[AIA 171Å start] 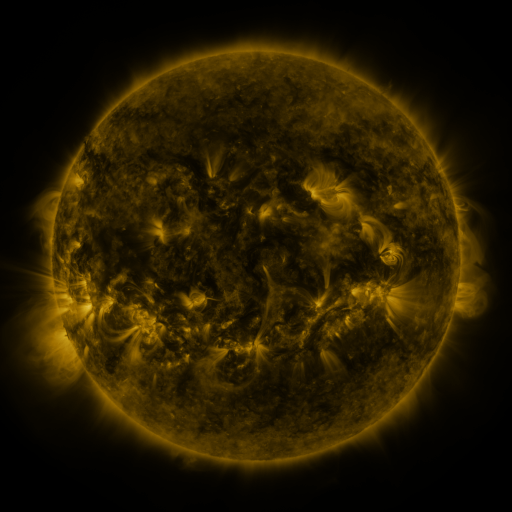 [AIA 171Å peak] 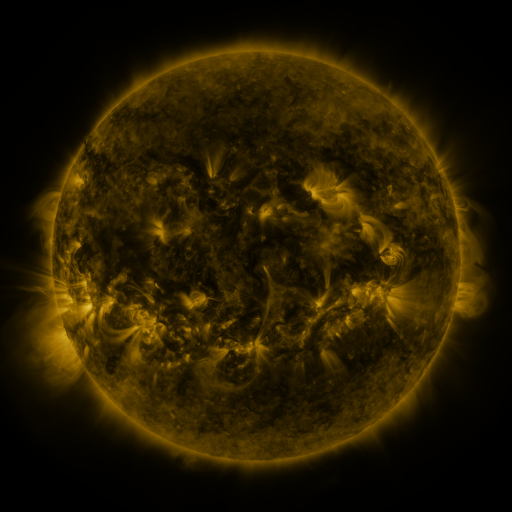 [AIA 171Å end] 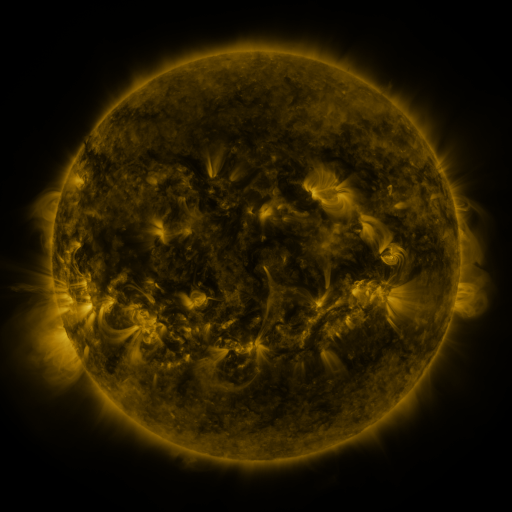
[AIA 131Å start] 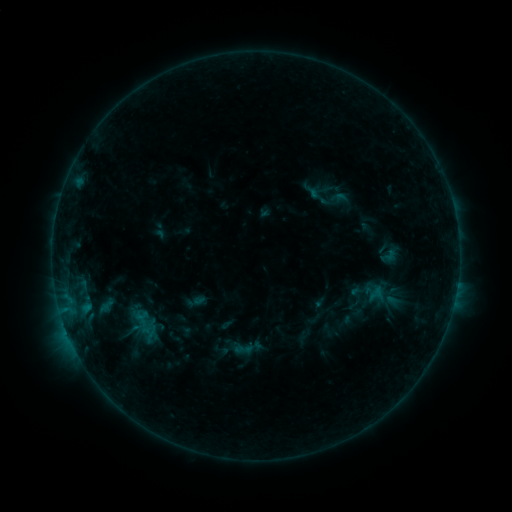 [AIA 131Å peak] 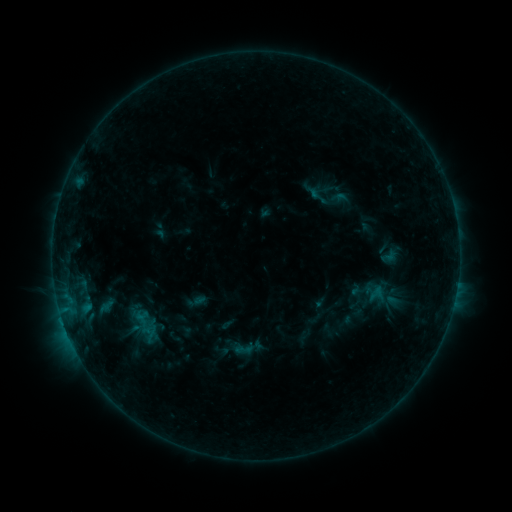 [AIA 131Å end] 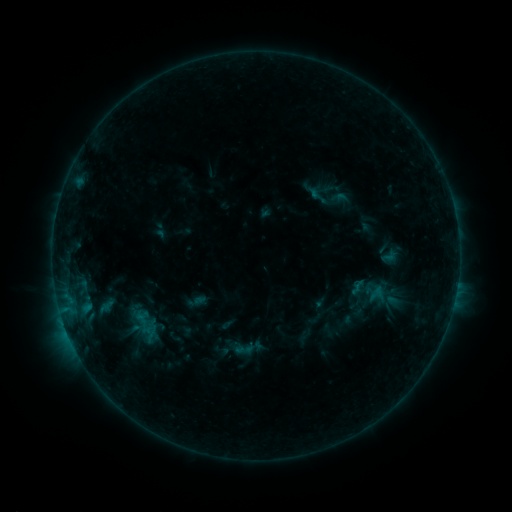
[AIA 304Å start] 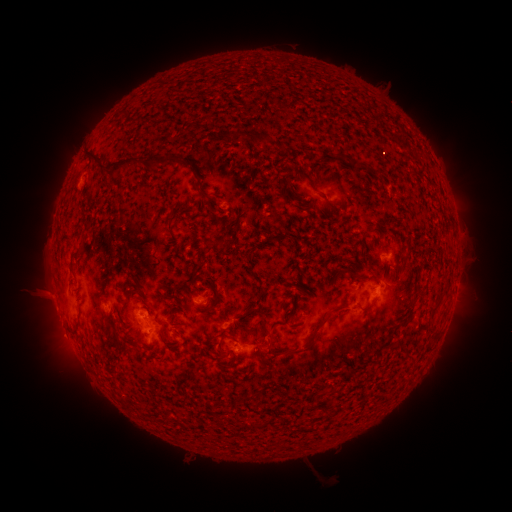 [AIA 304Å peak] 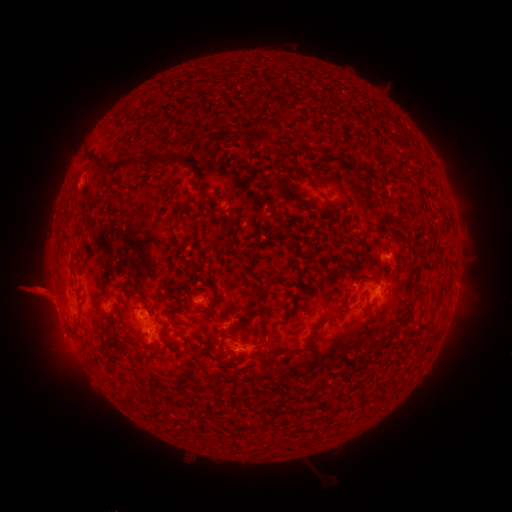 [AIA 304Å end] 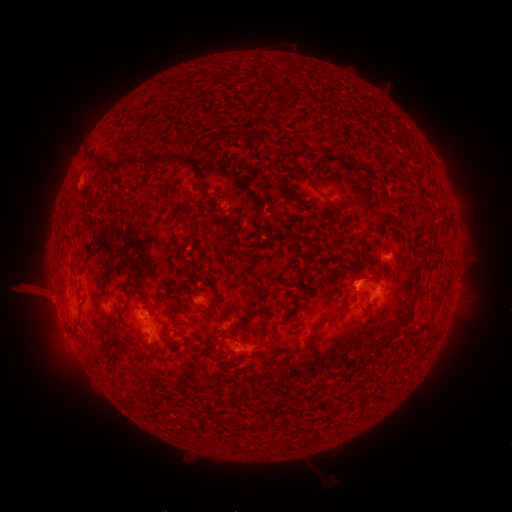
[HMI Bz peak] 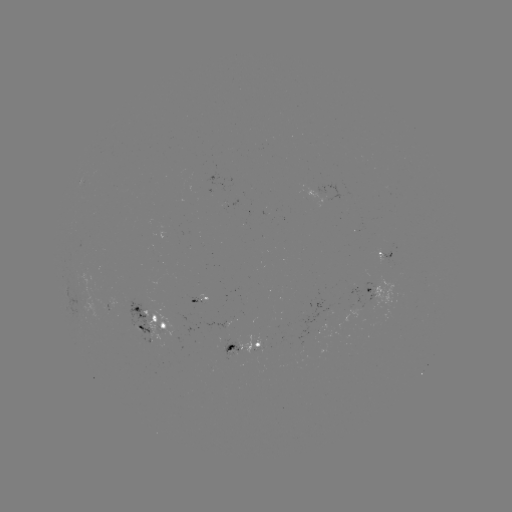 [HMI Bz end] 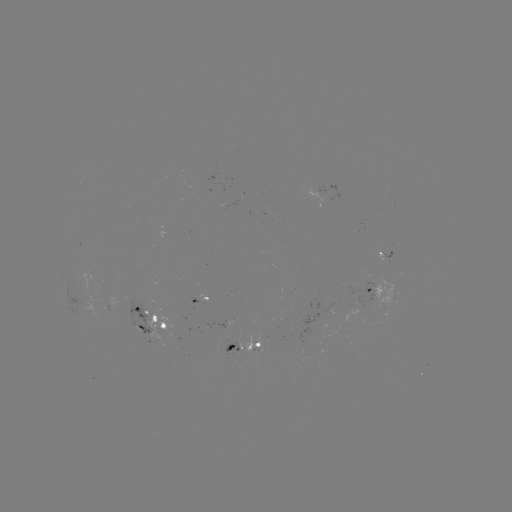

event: eruption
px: (37, 293)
